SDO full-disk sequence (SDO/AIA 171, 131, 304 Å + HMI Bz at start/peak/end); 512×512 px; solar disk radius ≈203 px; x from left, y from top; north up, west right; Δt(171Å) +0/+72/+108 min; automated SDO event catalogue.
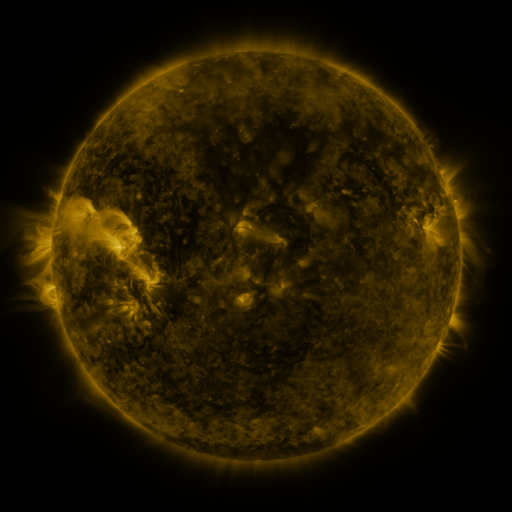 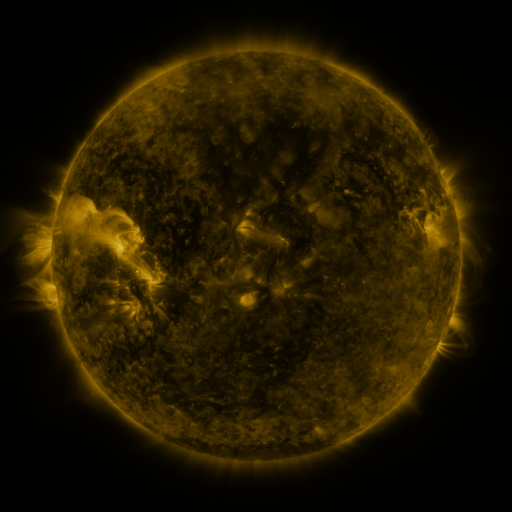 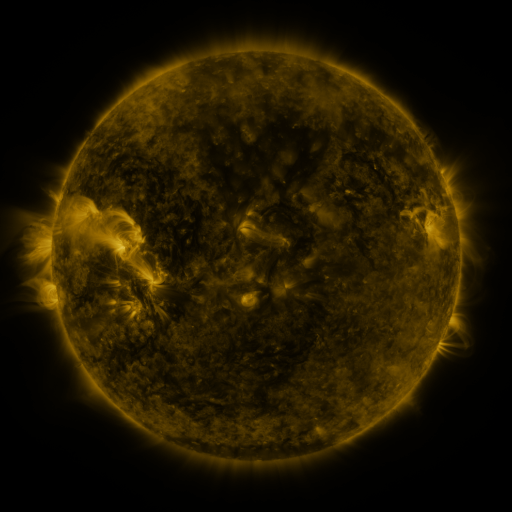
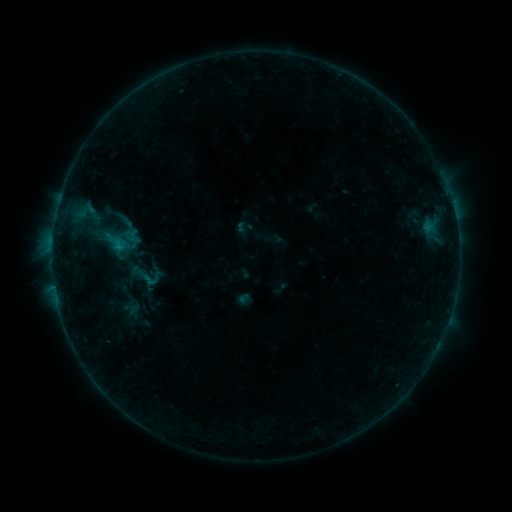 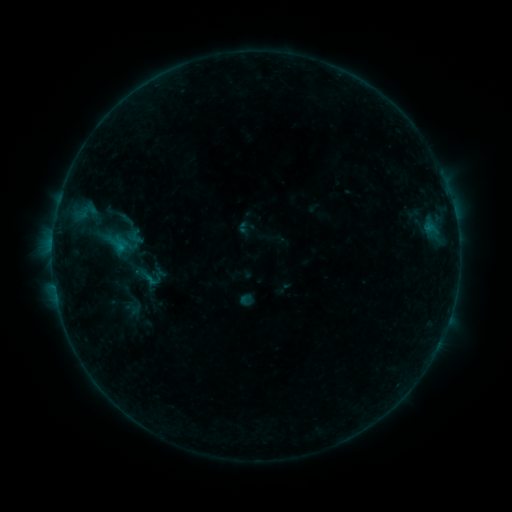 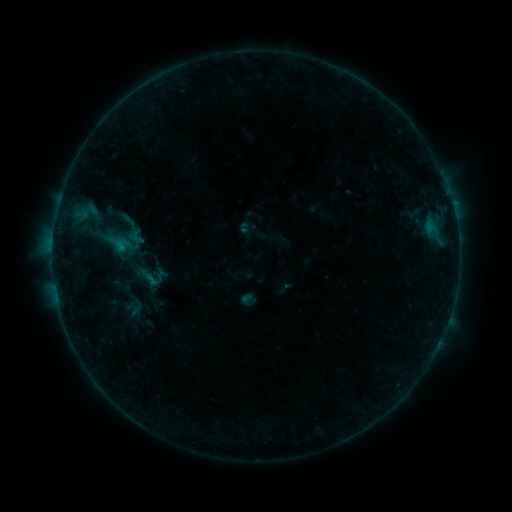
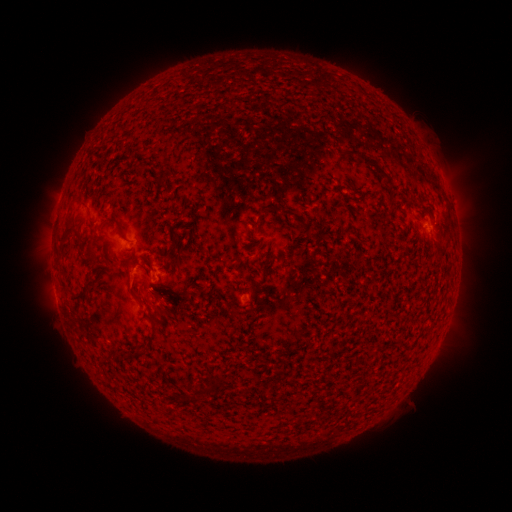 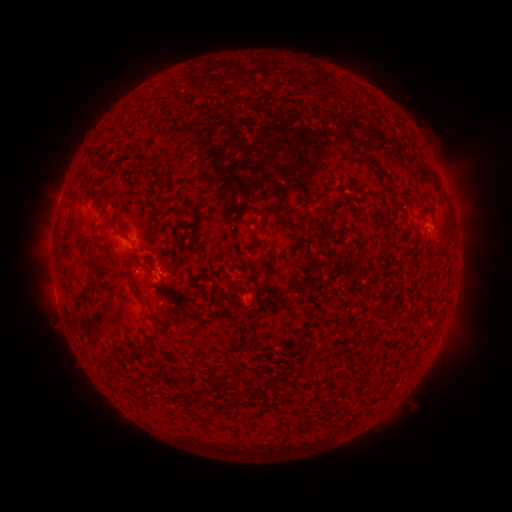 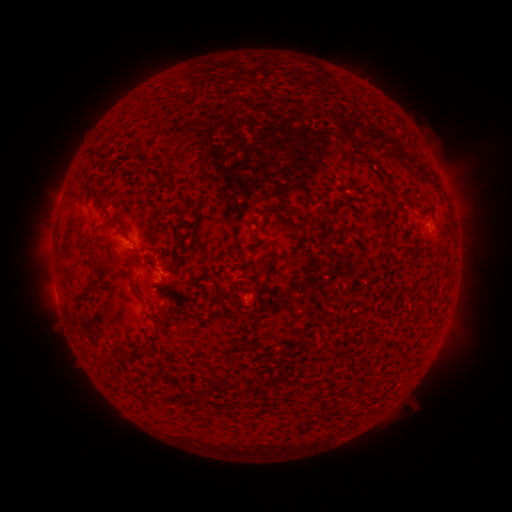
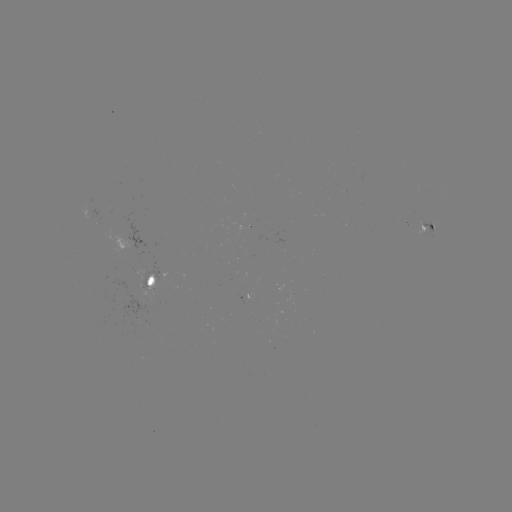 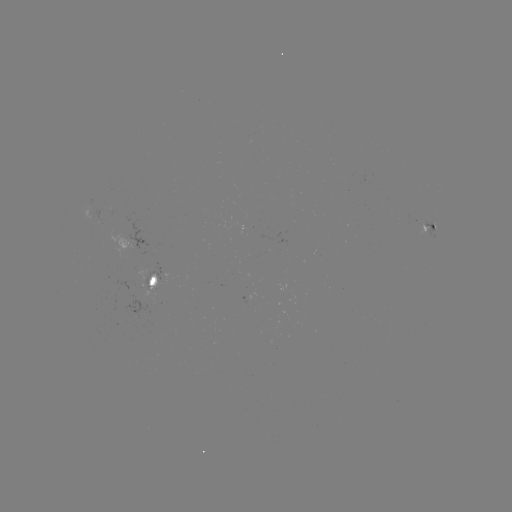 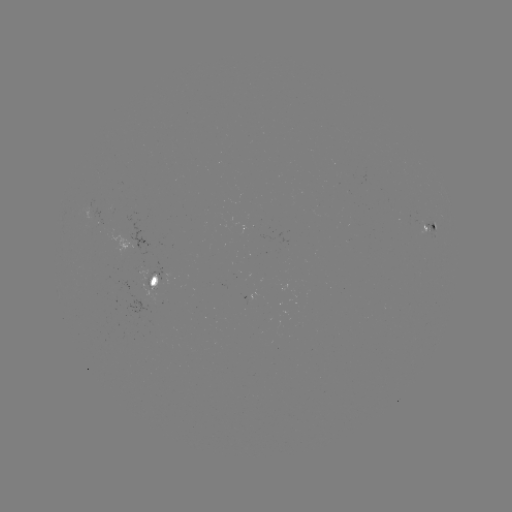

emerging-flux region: <bbox>84, 200, 92, 219</bbox>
